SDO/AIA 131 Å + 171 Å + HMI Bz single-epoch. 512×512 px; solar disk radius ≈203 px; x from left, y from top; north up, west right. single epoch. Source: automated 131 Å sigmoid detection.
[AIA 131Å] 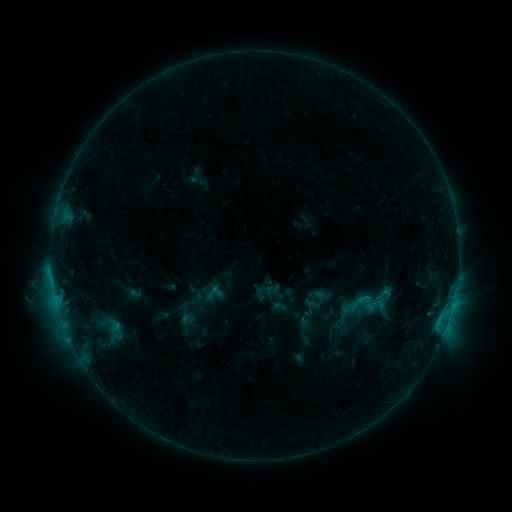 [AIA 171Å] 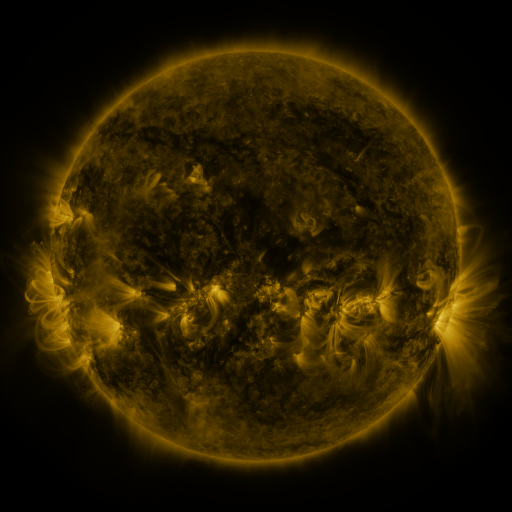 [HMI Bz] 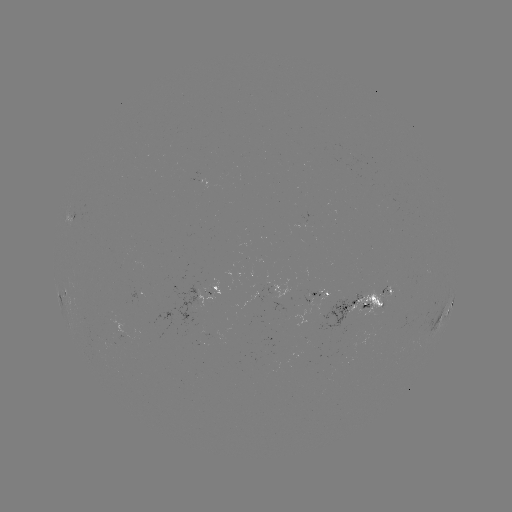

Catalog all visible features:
sigmoid: [350, 290, 372, 313]
